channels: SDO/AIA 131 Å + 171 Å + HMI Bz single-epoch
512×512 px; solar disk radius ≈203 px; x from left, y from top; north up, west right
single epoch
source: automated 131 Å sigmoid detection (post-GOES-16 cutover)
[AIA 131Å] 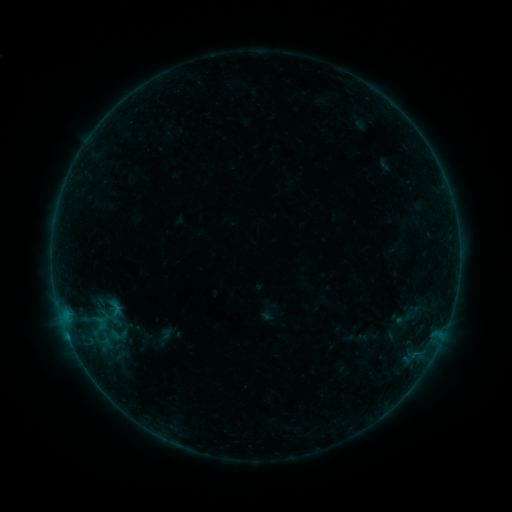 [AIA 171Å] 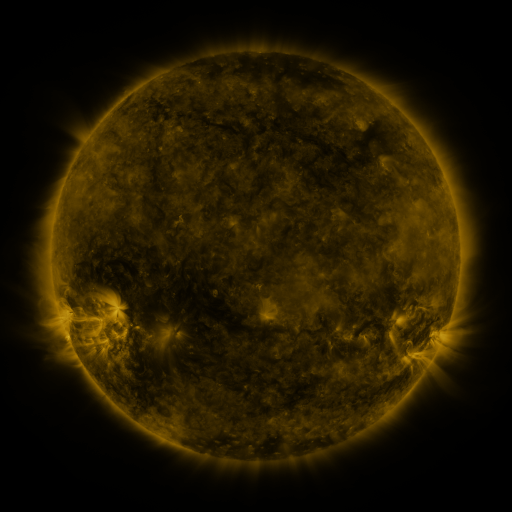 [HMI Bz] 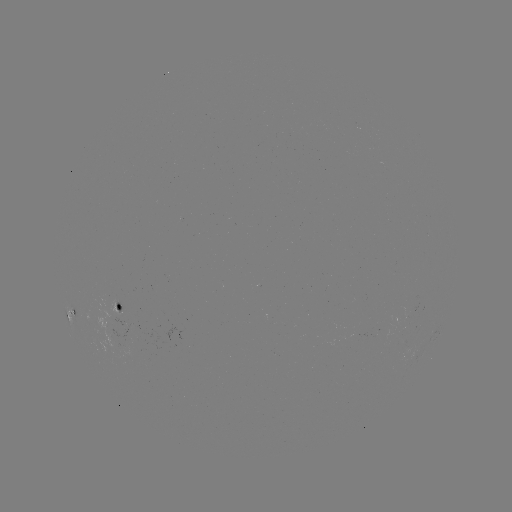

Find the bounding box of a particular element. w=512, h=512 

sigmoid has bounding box [103, 326, 131, 343].